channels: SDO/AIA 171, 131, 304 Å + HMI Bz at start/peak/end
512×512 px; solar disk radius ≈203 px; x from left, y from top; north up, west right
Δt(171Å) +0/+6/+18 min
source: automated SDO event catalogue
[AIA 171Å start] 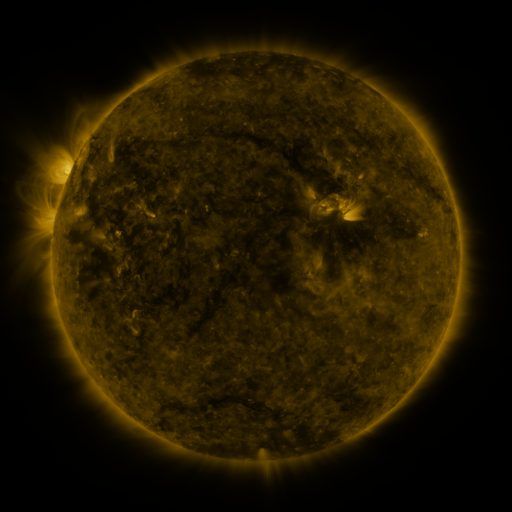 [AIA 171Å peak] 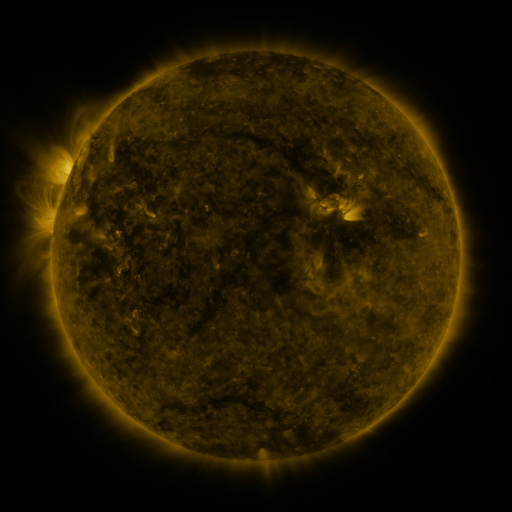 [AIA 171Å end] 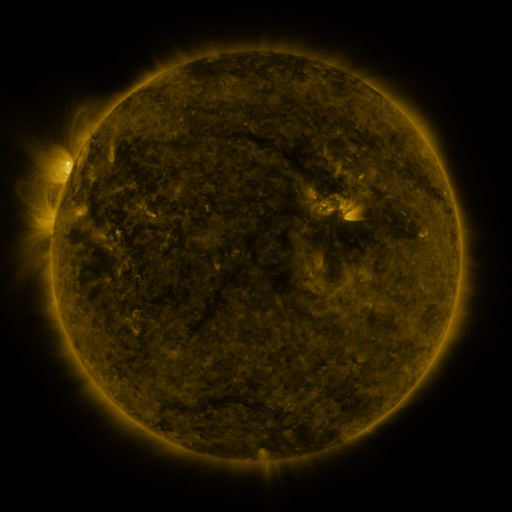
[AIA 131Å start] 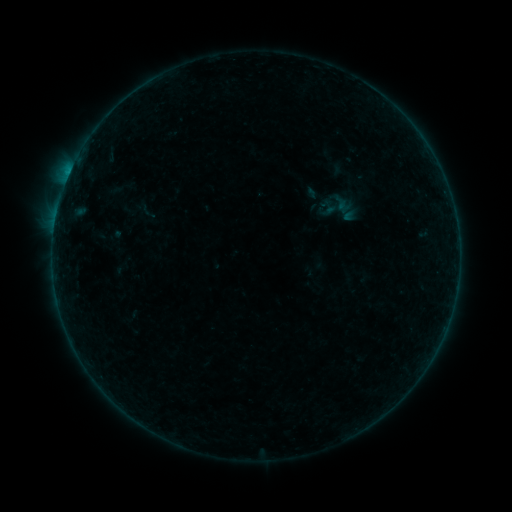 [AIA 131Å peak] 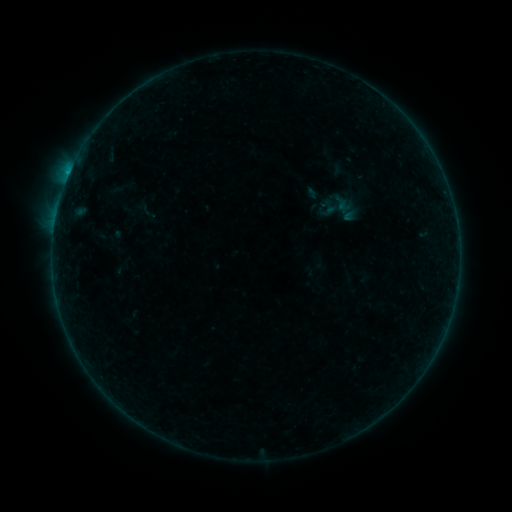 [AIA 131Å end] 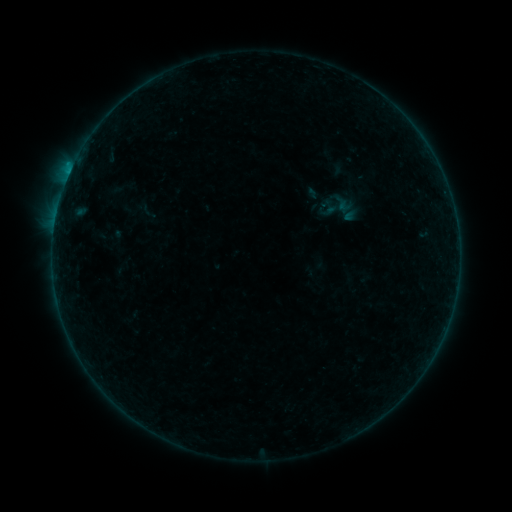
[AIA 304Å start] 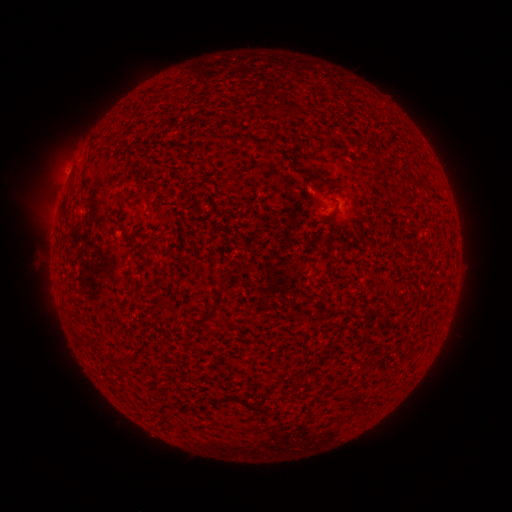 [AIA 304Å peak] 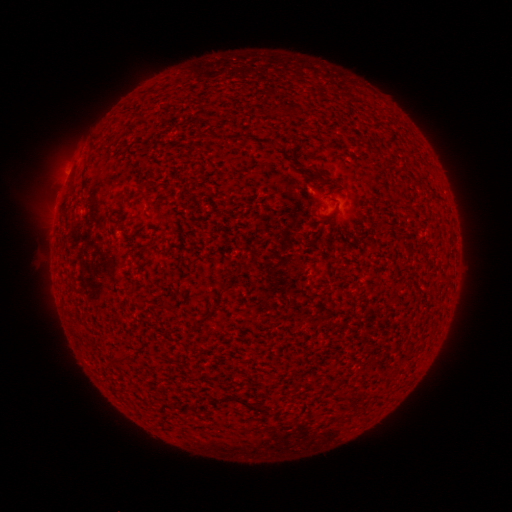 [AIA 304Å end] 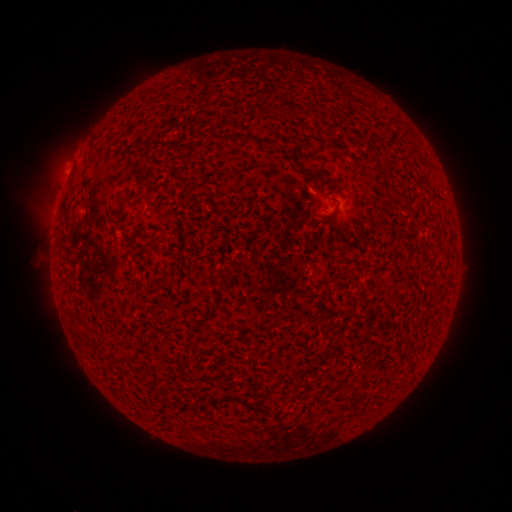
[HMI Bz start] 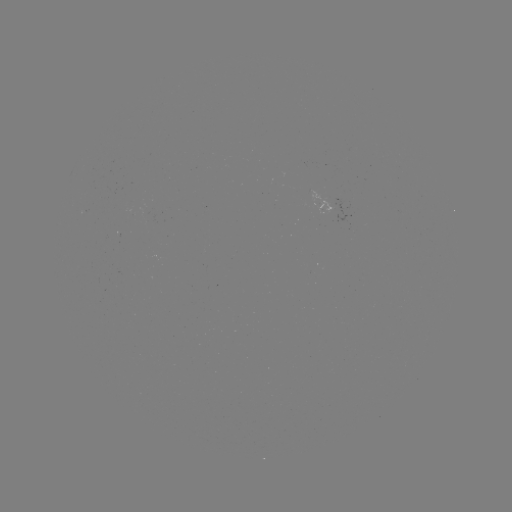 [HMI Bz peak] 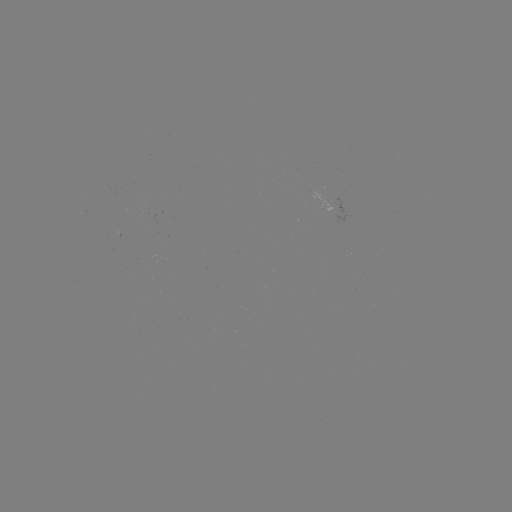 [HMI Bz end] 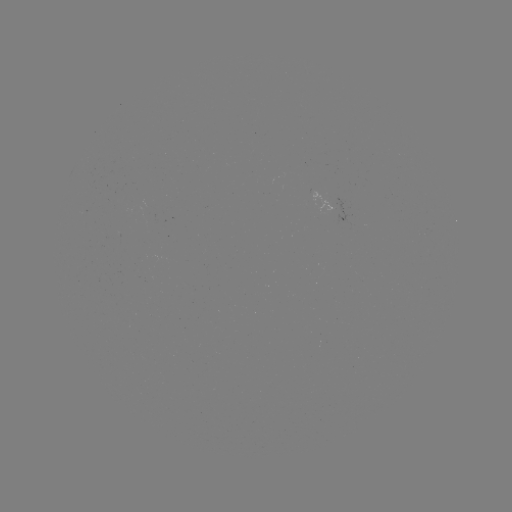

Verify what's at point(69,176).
B2.6 flare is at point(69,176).